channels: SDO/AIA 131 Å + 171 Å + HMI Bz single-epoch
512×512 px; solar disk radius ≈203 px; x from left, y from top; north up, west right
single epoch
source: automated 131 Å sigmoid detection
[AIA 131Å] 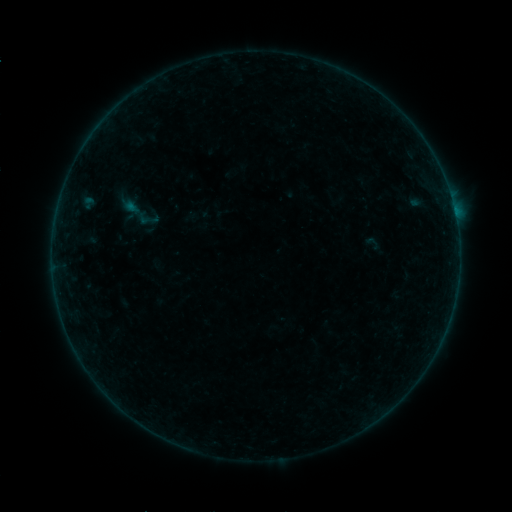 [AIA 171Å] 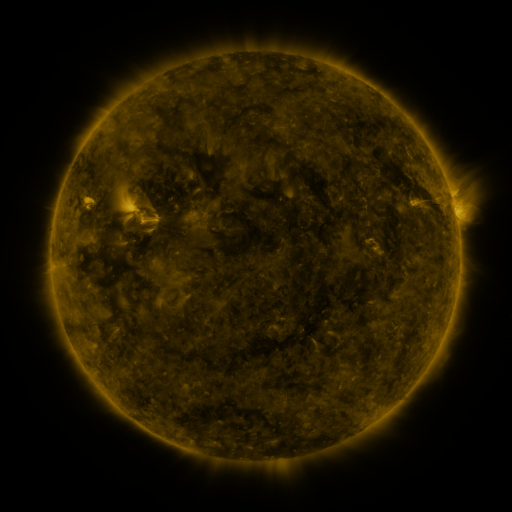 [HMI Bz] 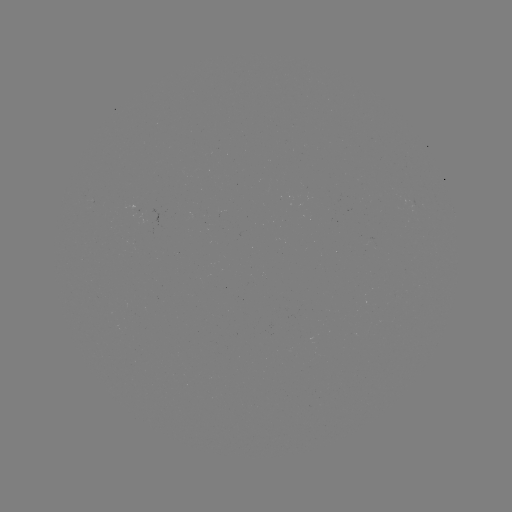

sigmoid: (137, 208, 159, 229)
